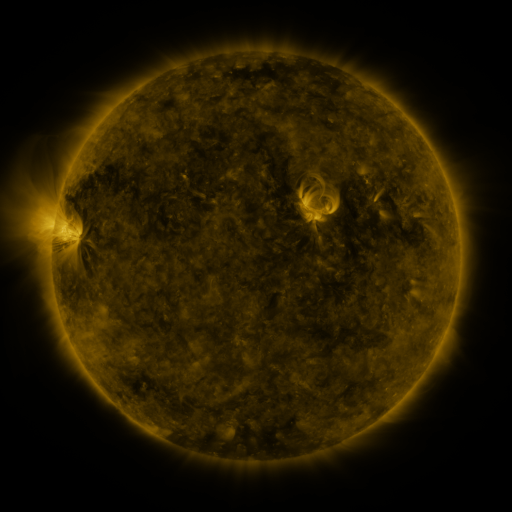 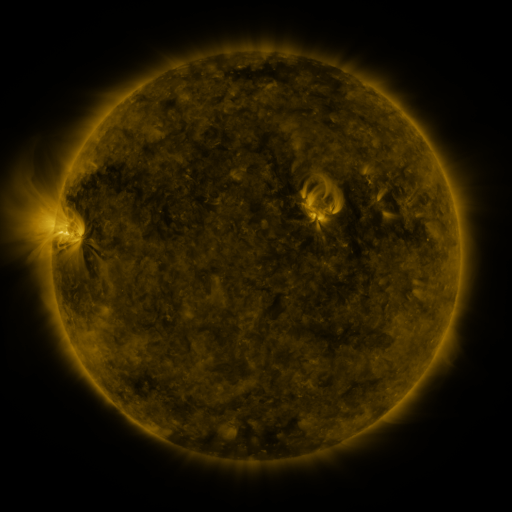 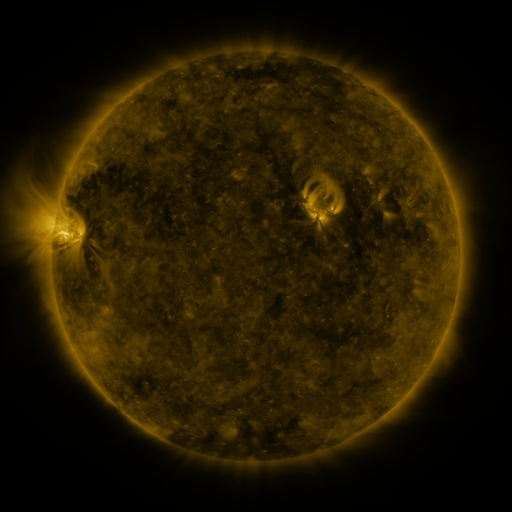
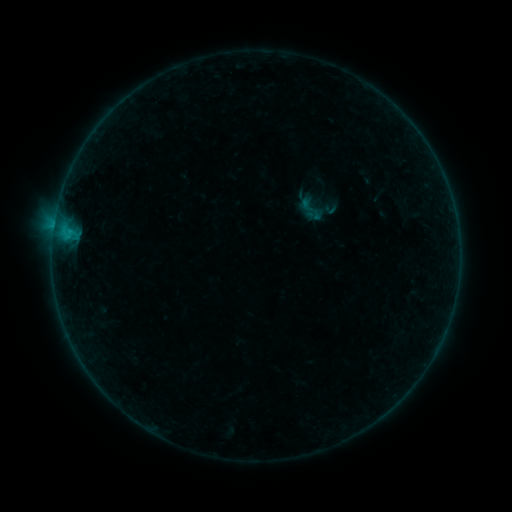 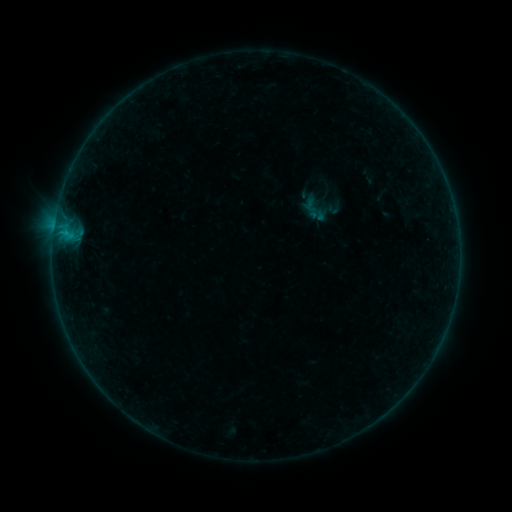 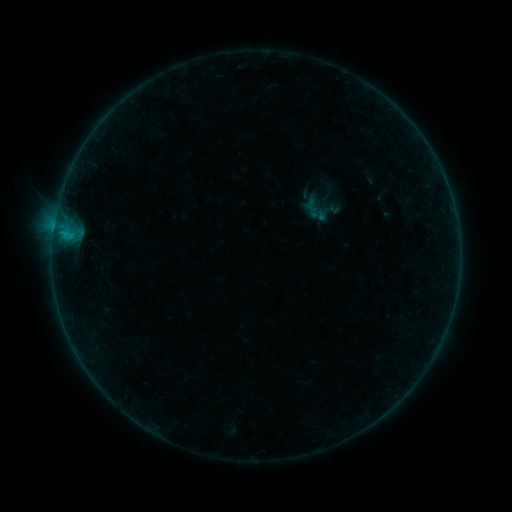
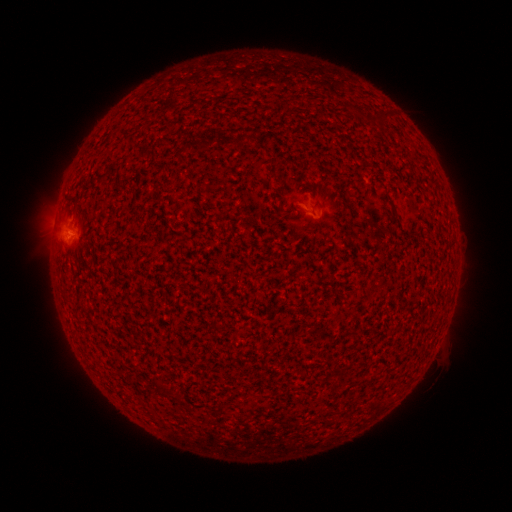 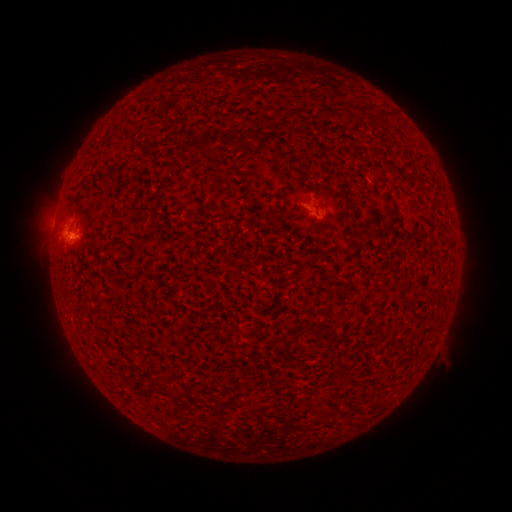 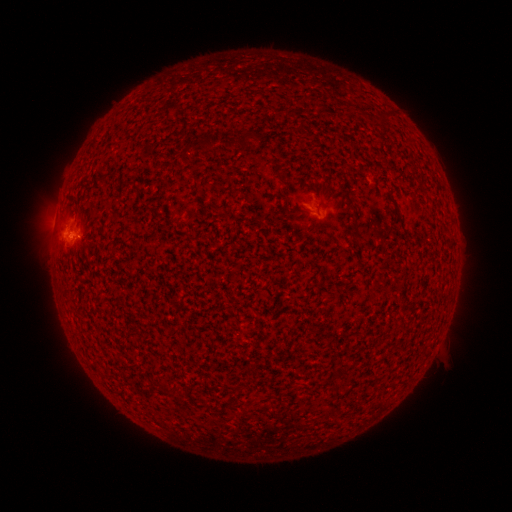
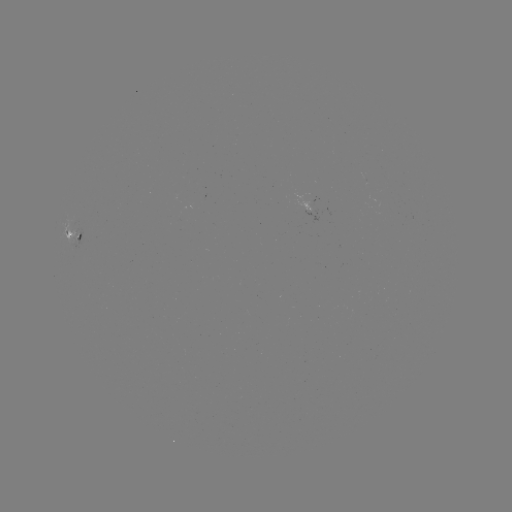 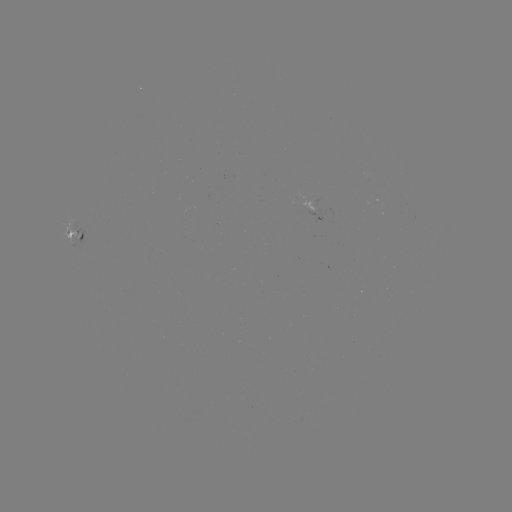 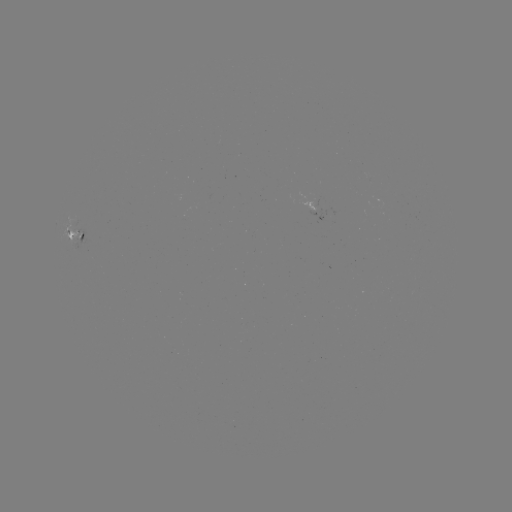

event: emerging-flux region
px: (317, 196)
